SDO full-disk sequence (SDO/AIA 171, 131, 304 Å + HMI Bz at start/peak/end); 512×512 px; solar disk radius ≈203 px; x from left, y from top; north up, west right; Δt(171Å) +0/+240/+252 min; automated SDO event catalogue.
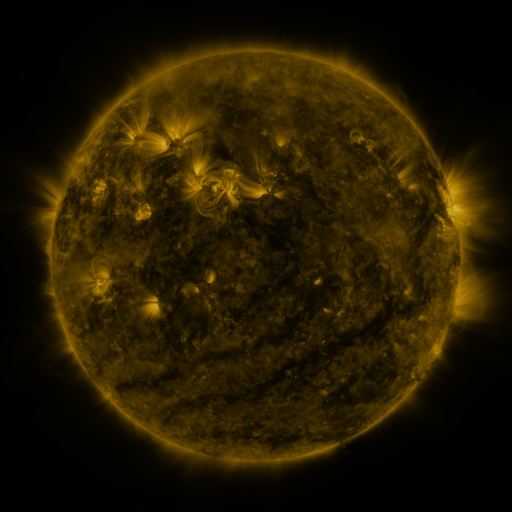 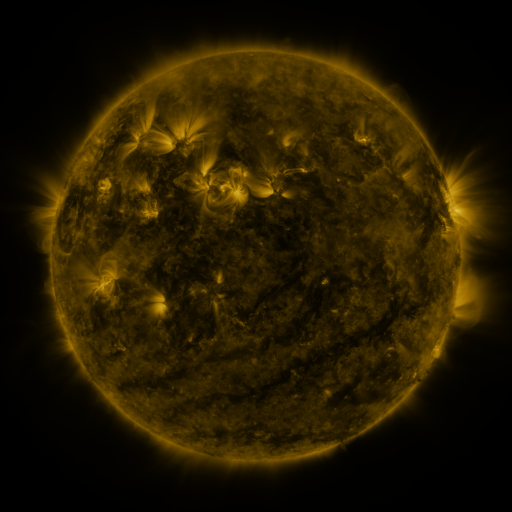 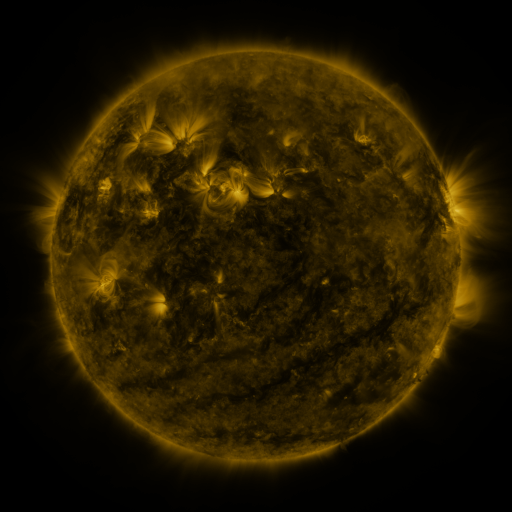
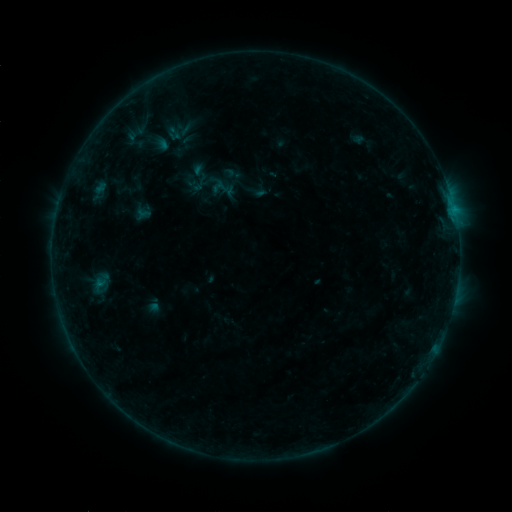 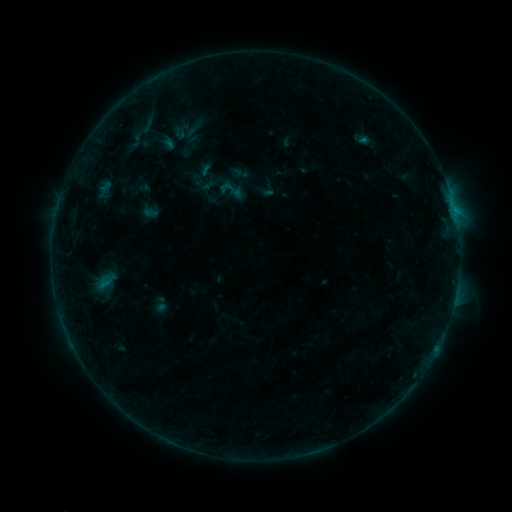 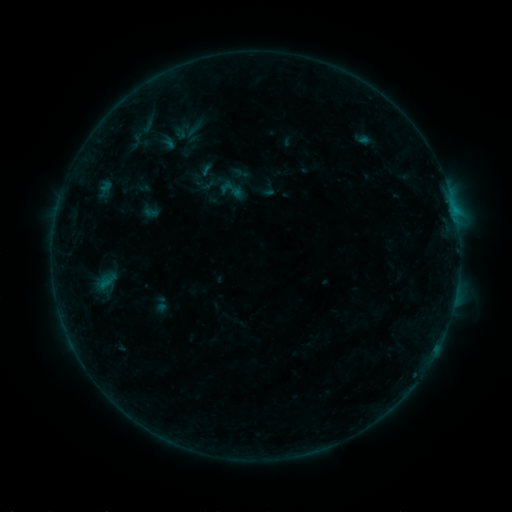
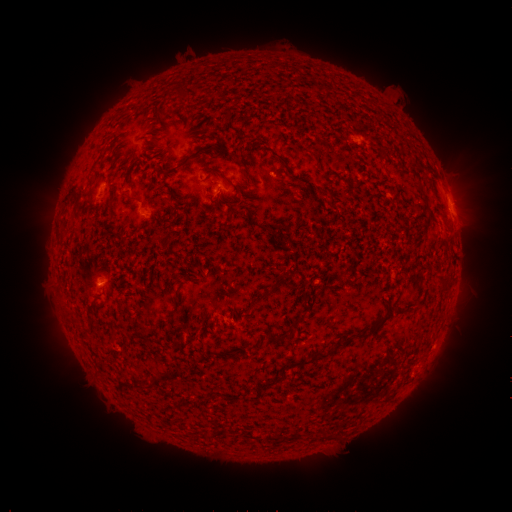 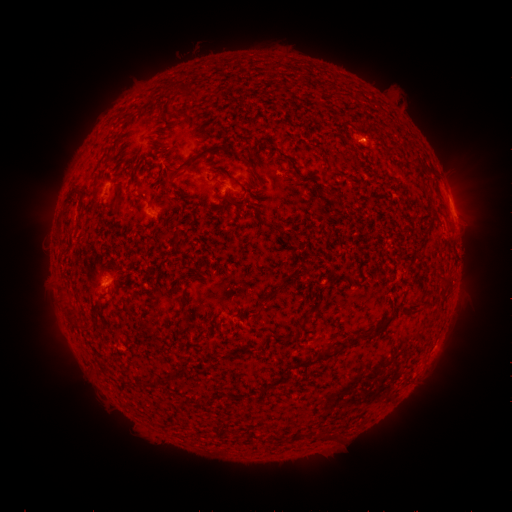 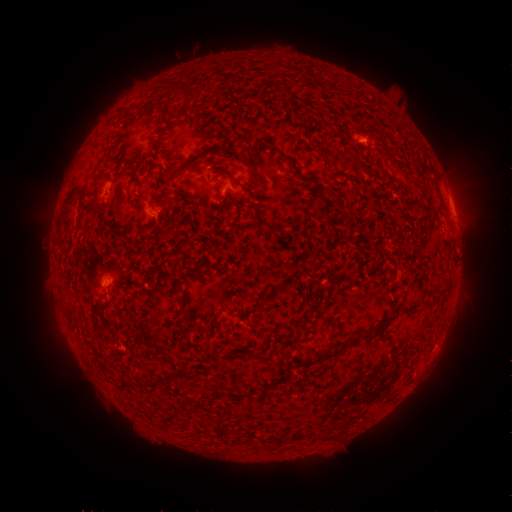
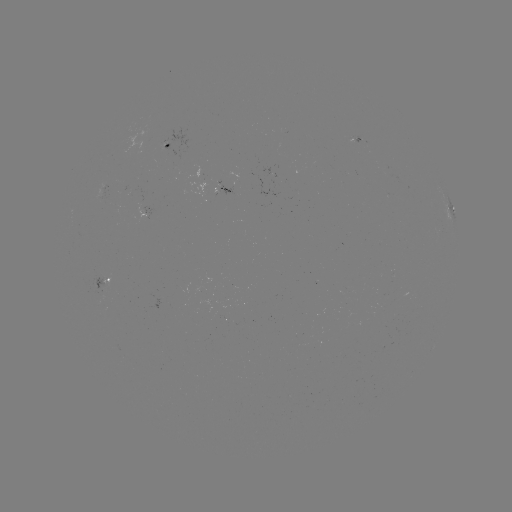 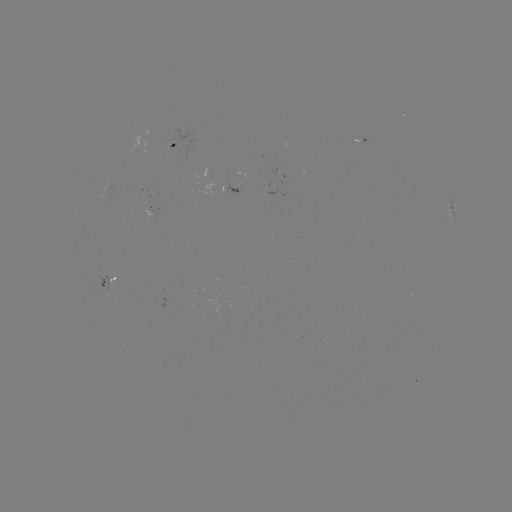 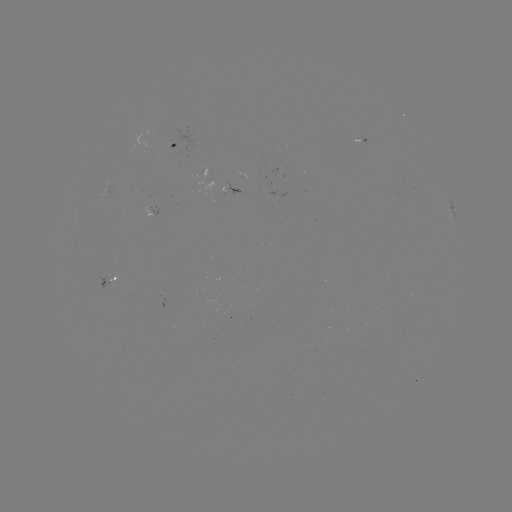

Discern emerging-flux region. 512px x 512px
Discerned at [356, 140].